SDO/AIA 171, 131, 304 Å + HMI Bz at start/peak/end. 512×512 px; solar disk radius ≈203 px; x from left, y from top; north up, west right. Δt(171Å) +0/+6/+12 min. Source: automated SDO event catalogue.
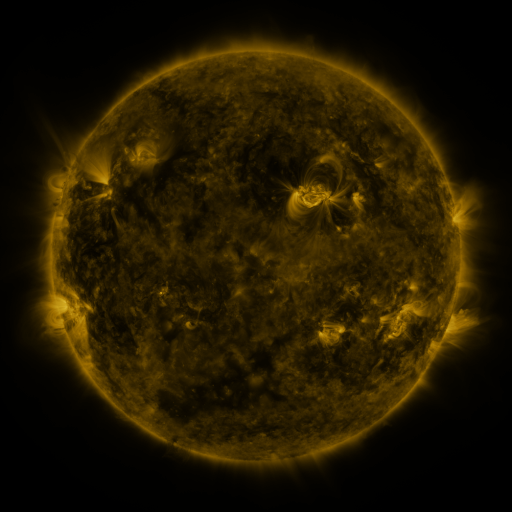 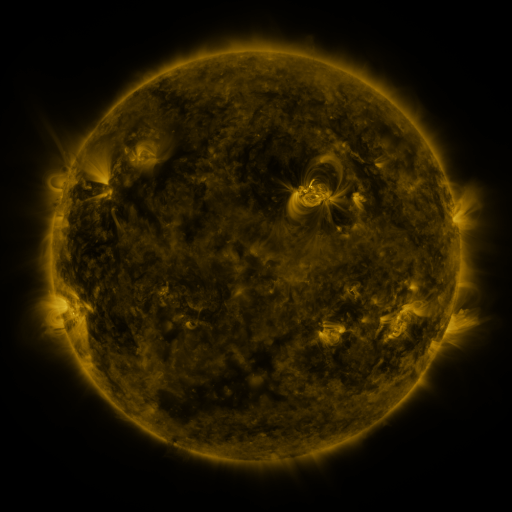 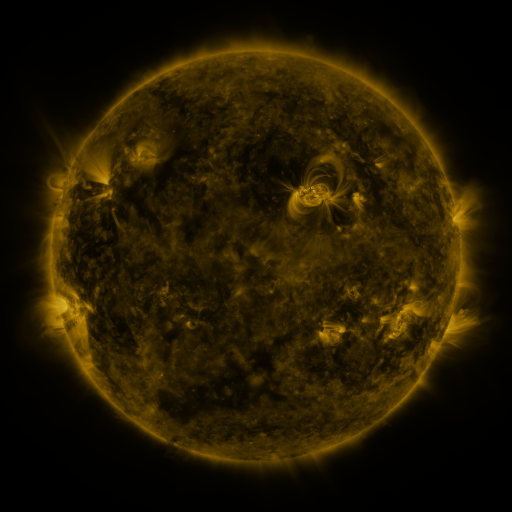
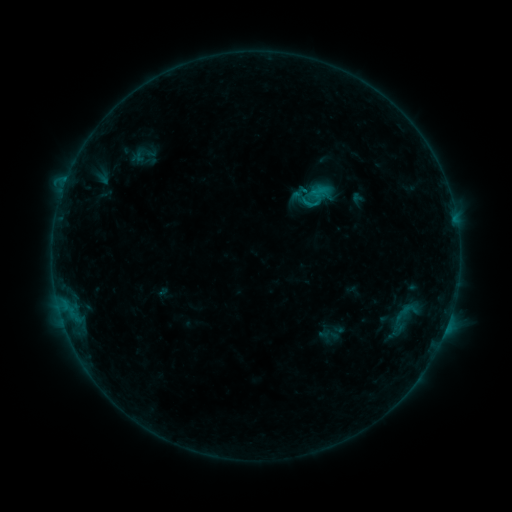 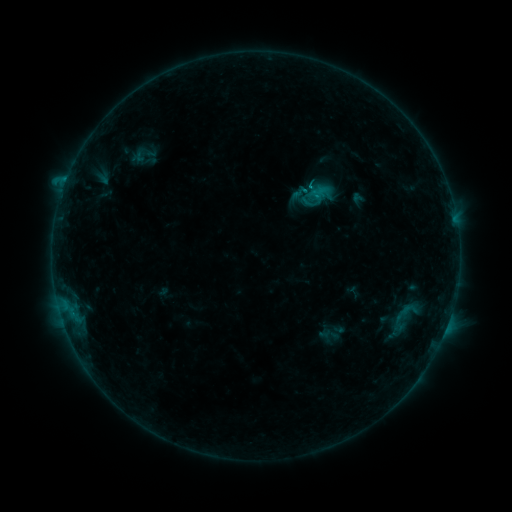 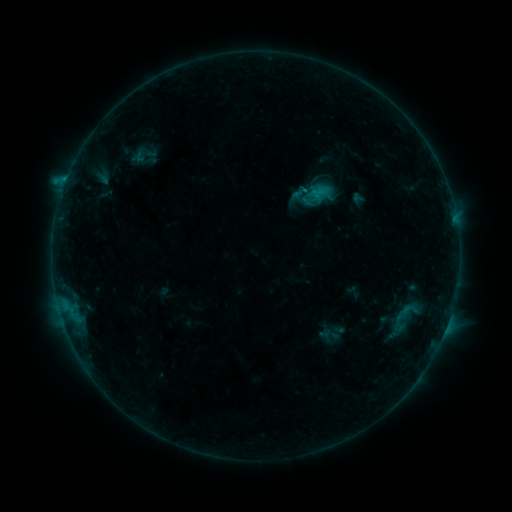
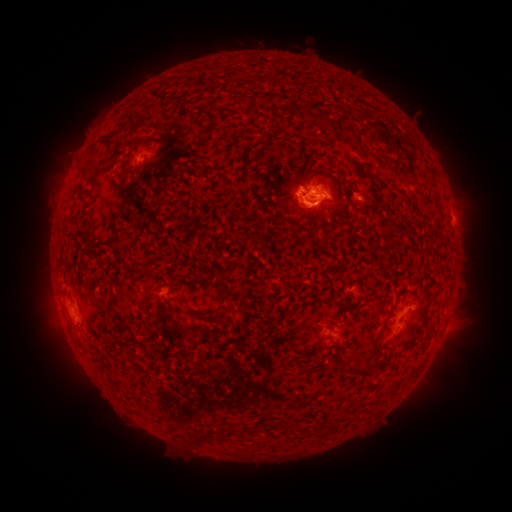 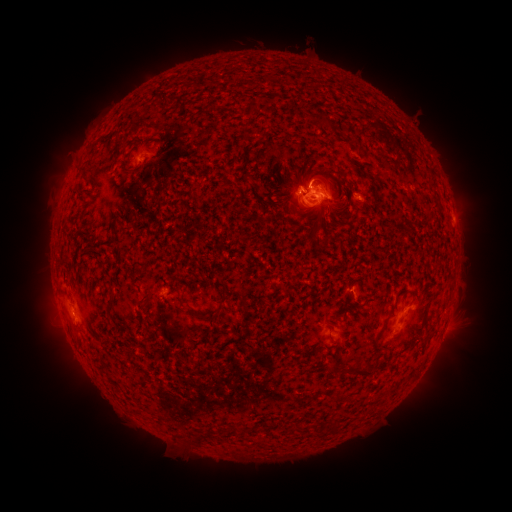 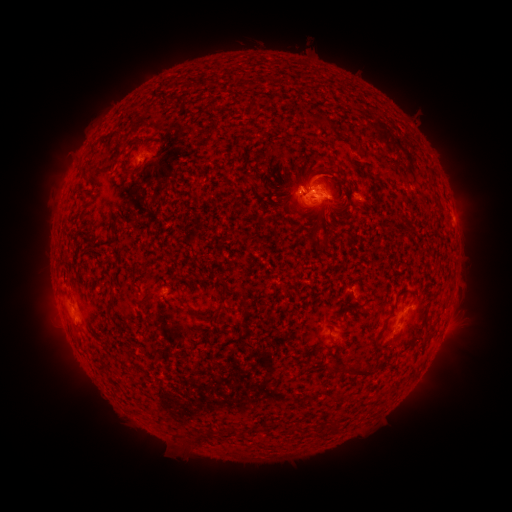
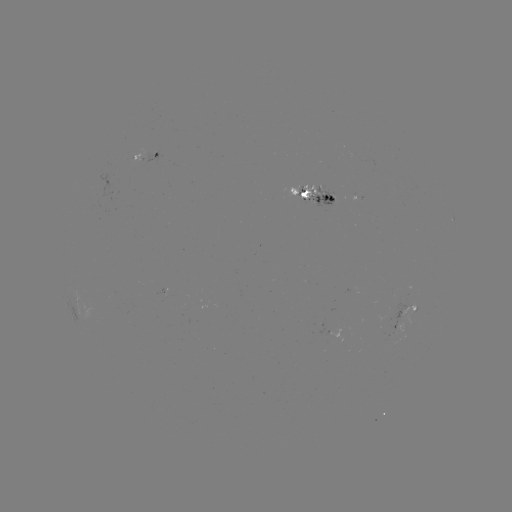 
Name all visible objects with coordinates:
eruption: (332, 171)
